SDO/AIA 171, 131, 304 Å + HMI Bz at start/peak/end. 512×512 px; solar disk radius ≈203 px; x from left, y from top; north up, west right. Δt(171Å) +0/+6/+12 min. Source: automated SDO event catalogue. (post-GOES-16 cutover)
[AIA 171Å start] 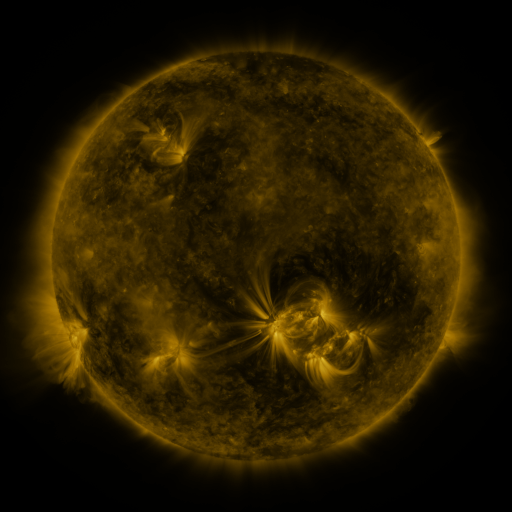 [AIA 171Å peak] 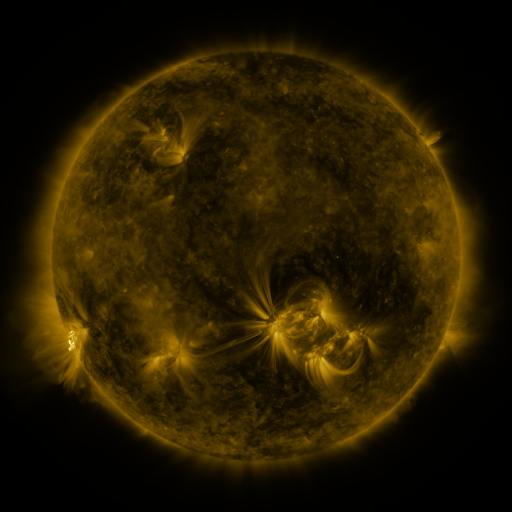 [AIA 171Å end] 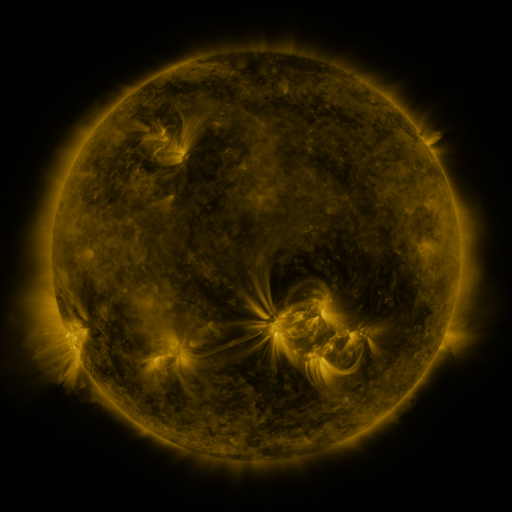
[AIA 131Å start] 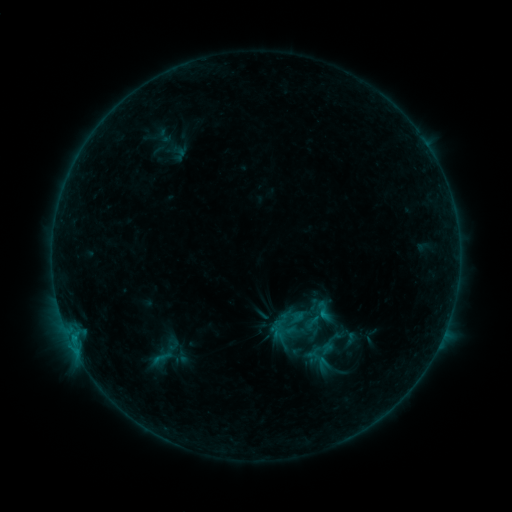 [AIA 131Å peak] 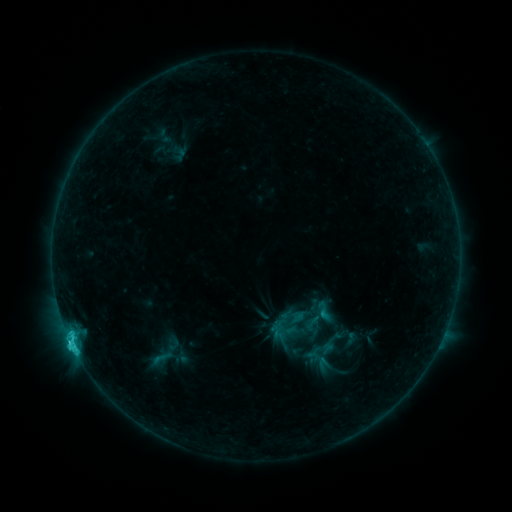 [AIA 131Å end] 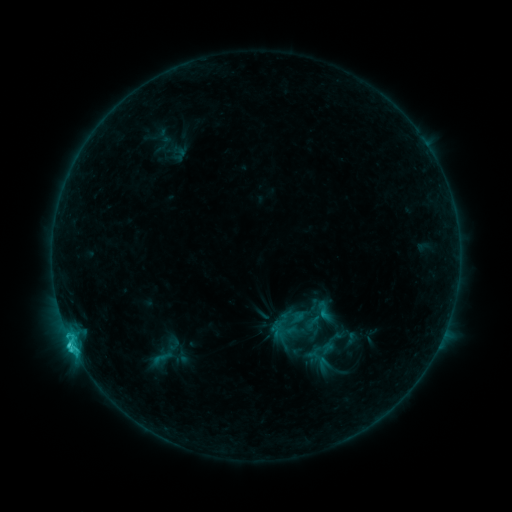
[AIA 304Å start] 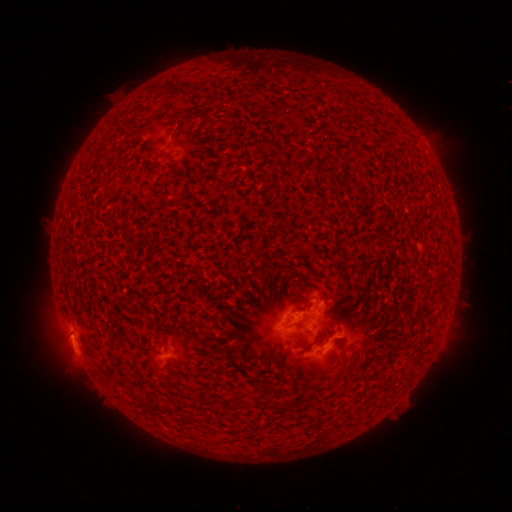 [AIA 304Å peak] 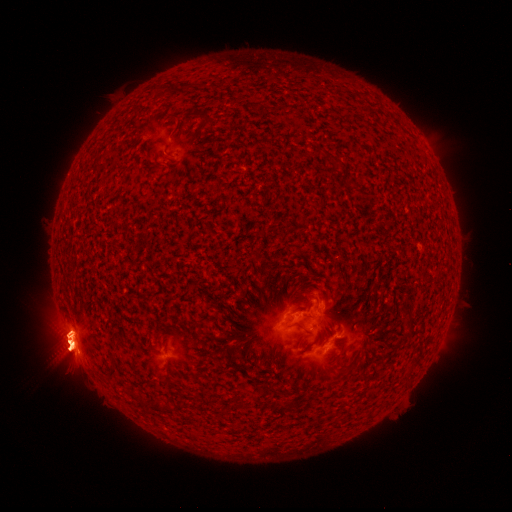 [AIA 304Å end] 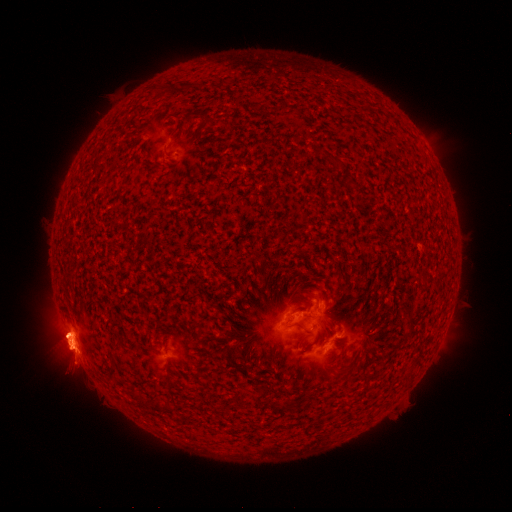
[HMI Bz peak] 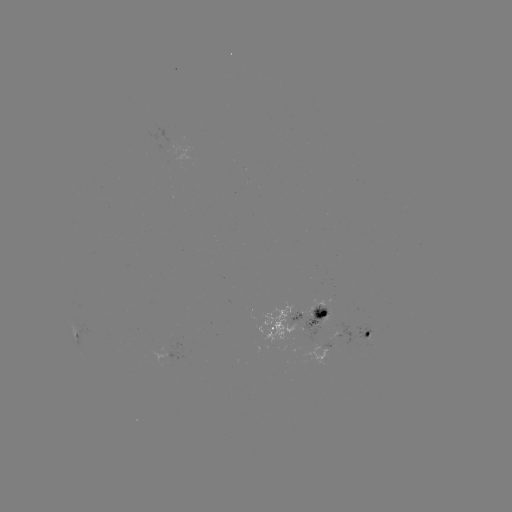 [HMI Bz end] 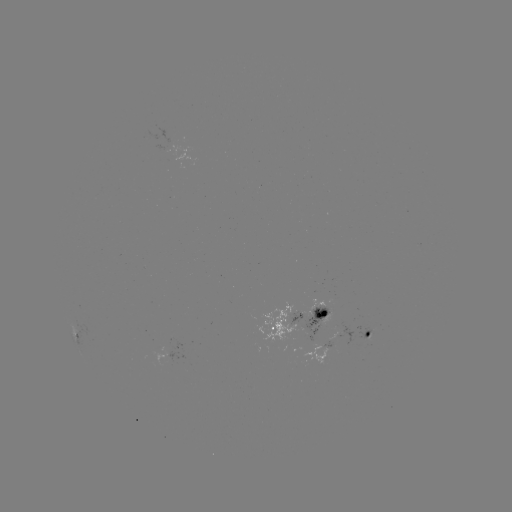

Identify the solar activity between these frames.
eruption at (72, 346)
